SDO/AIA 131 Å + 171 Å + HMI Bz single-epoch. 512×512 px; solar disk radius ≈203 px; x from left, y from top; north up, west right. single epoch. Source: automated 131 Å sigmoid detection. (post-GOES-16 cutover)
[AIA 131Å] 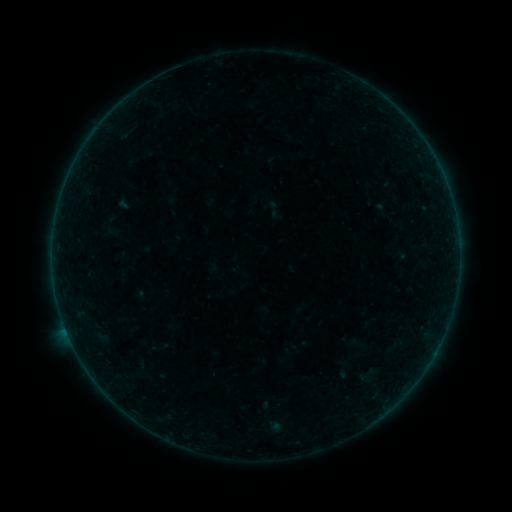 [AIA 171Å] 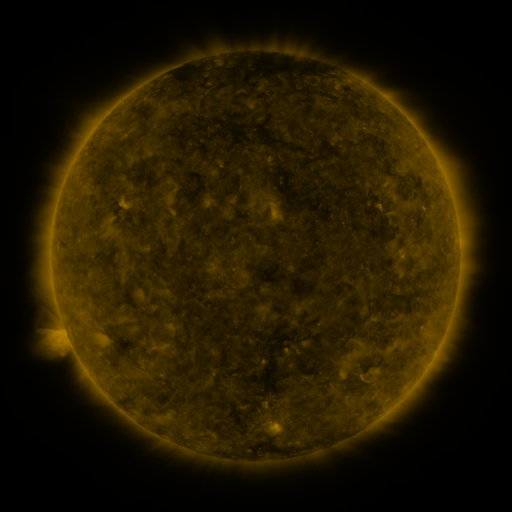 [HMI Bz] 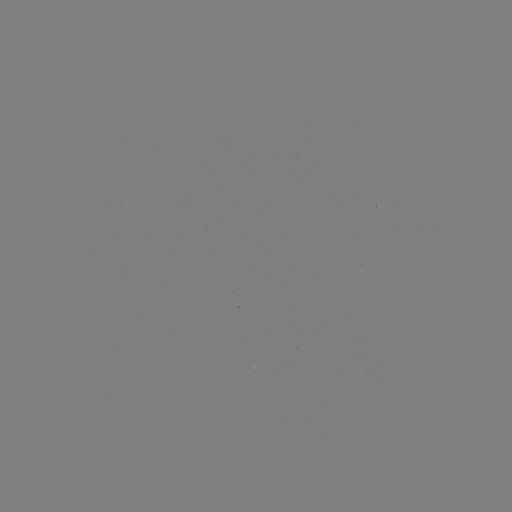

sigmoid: <bbox>356, 364, 377, 385</bbox>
